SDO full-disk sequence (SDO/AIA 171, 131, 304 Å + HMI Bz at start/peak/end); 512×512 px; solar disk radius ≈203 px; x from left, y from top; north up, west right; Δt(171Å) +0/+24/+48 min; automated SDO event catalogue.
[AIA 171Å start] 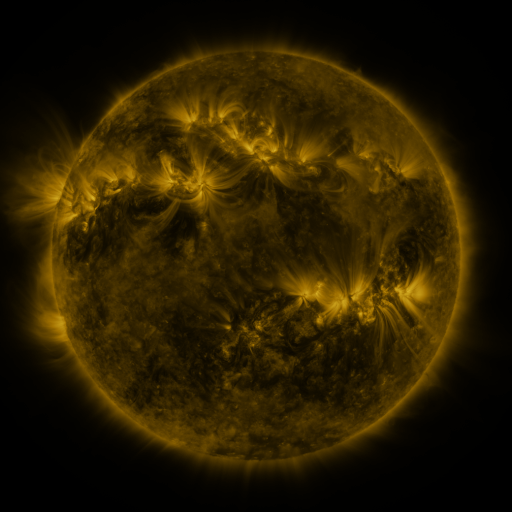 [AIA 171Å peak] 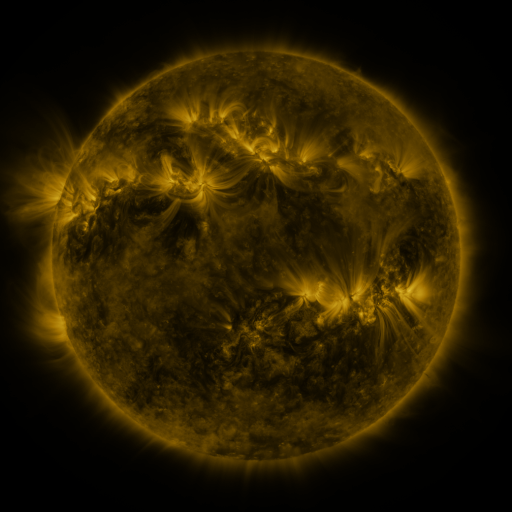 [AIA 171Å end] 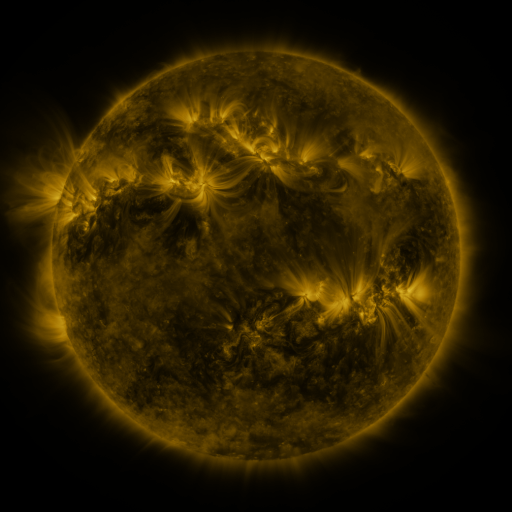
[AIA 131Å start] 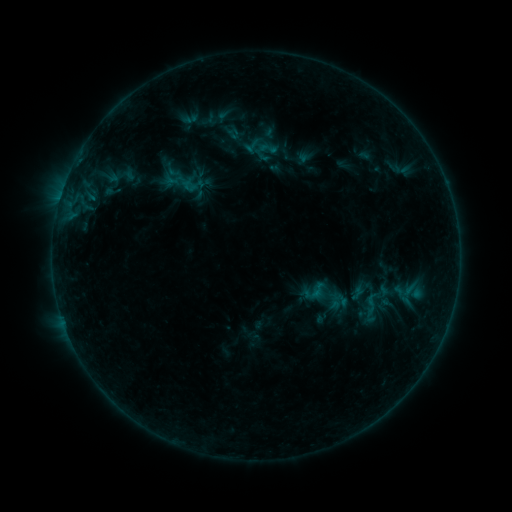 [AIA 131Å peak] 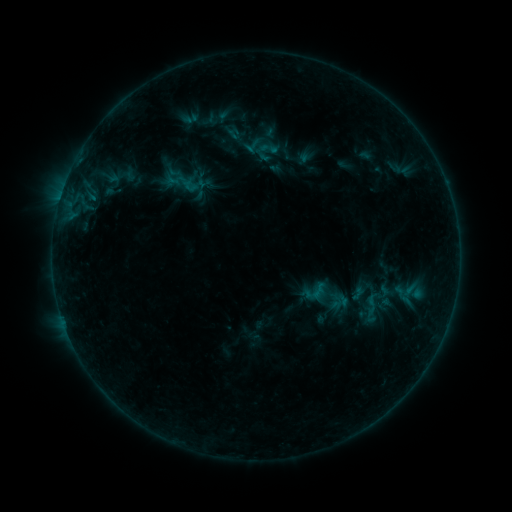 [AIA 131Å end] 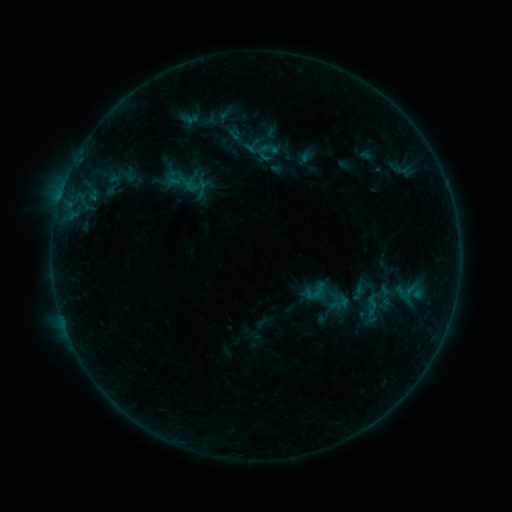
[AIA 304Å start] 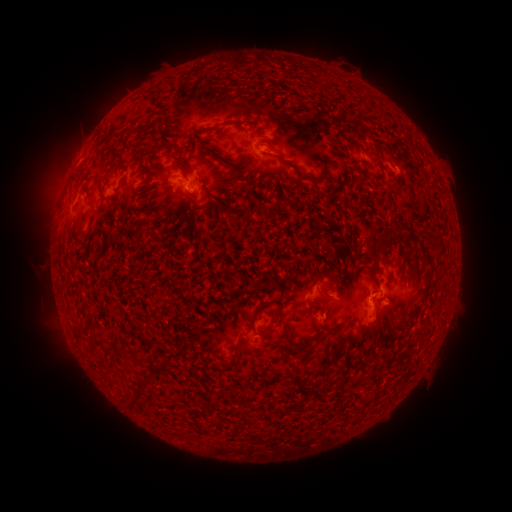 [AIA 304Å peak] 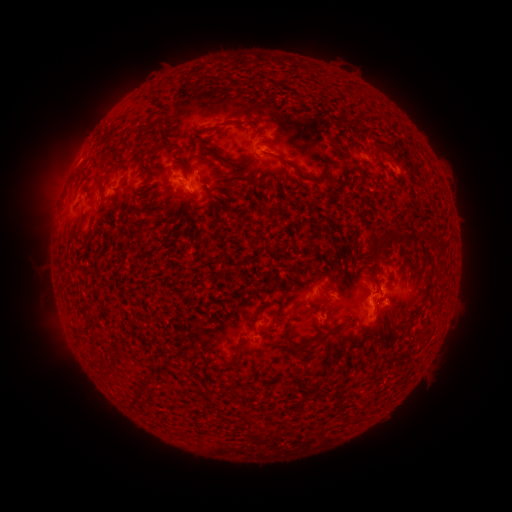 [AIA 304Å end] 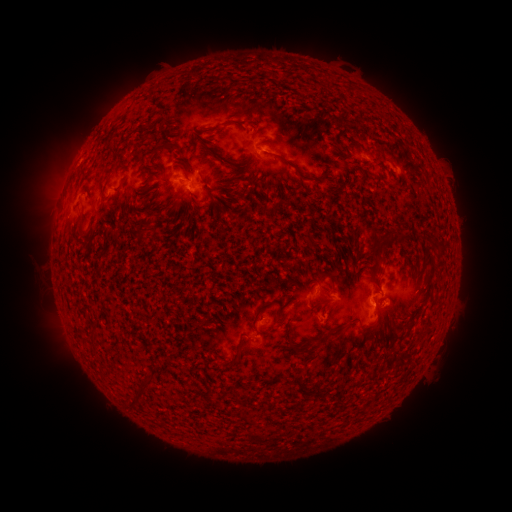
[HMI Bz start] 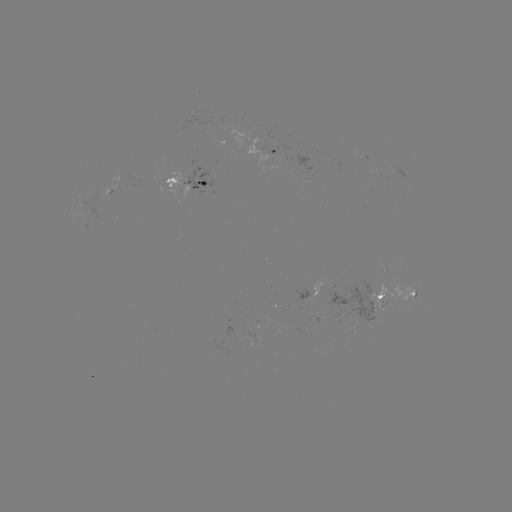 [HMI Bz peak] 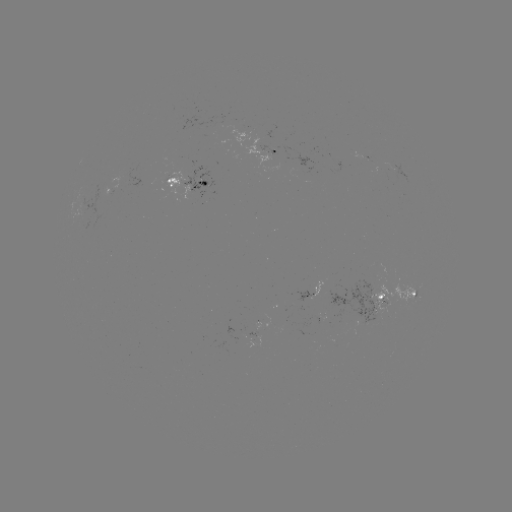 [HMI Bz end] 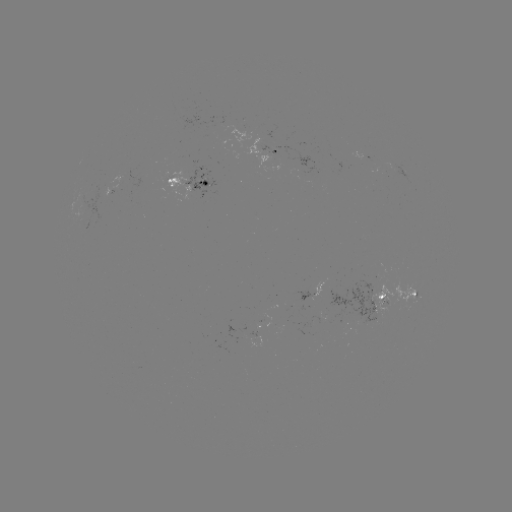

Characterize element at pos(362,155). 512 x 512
emerging-flux region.